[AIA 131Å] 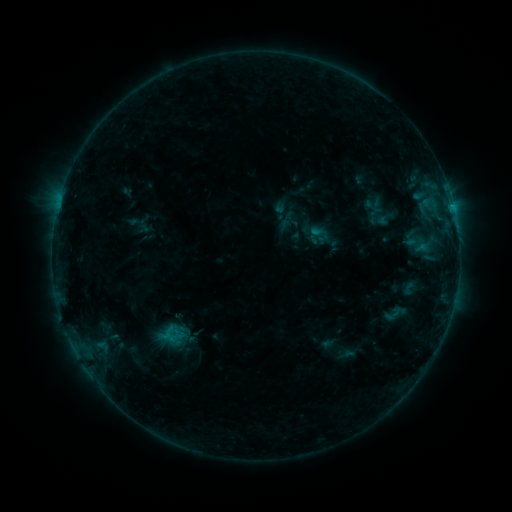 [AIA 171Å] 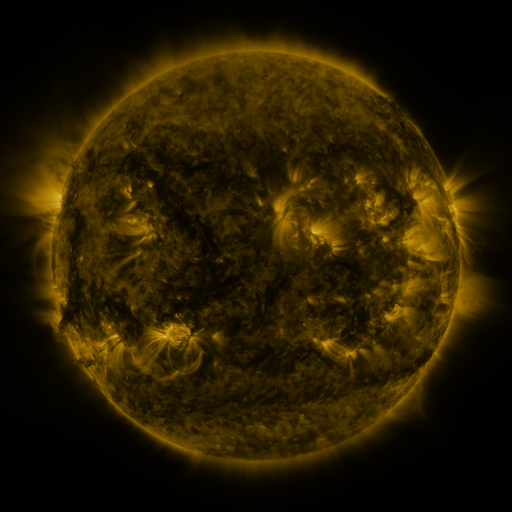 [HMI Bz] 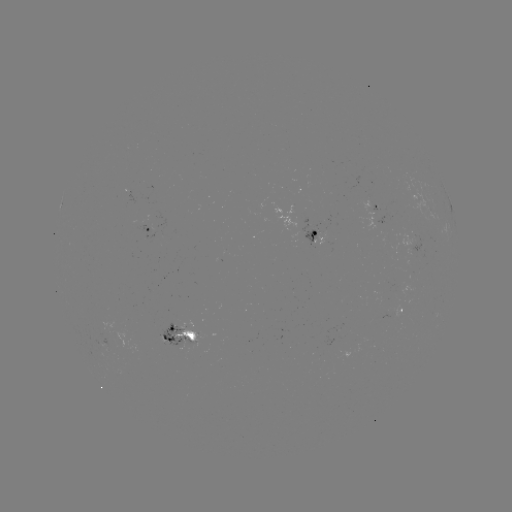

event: sigmoid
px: (394, 314)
